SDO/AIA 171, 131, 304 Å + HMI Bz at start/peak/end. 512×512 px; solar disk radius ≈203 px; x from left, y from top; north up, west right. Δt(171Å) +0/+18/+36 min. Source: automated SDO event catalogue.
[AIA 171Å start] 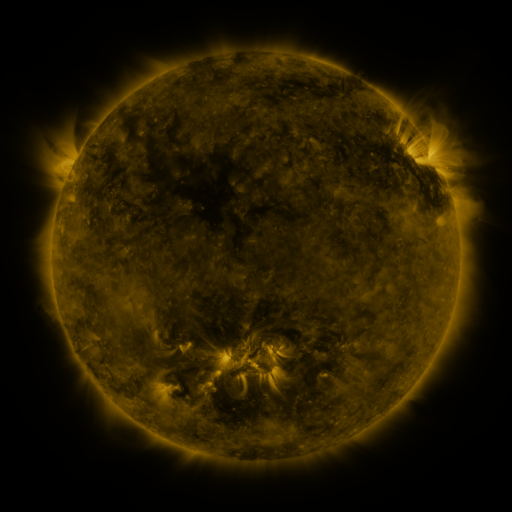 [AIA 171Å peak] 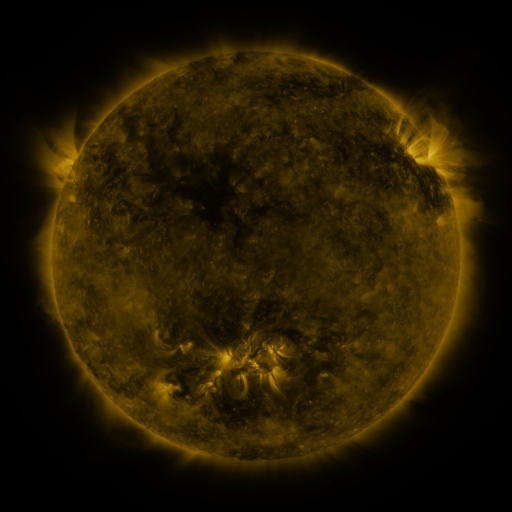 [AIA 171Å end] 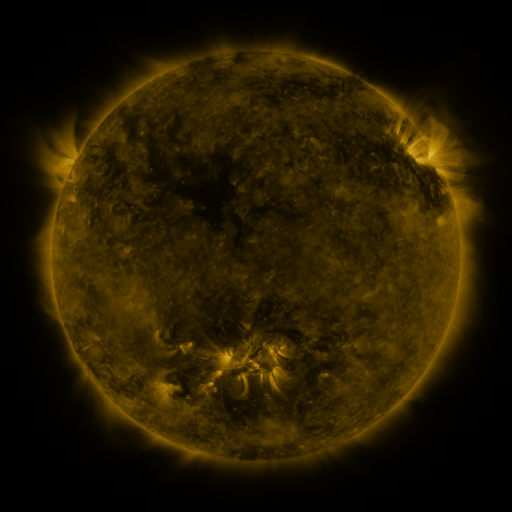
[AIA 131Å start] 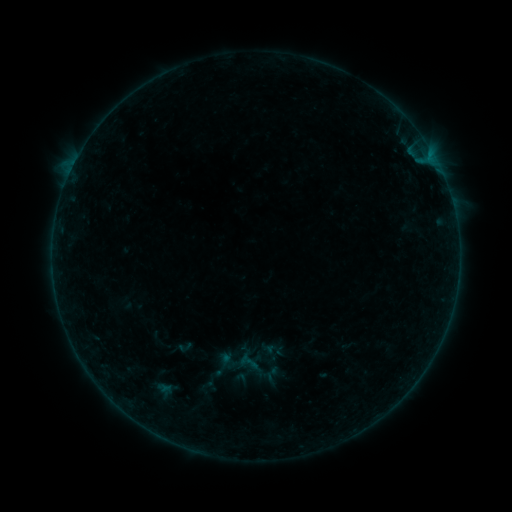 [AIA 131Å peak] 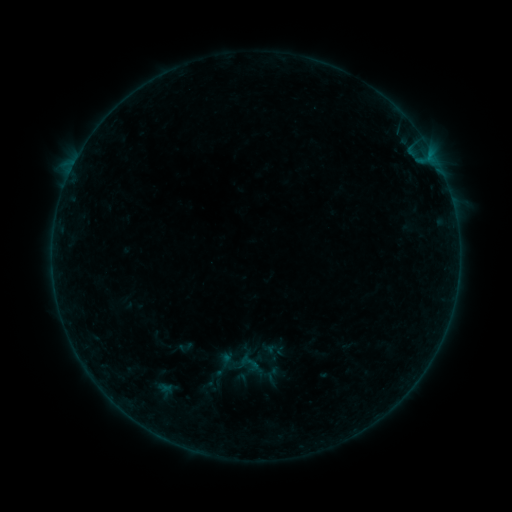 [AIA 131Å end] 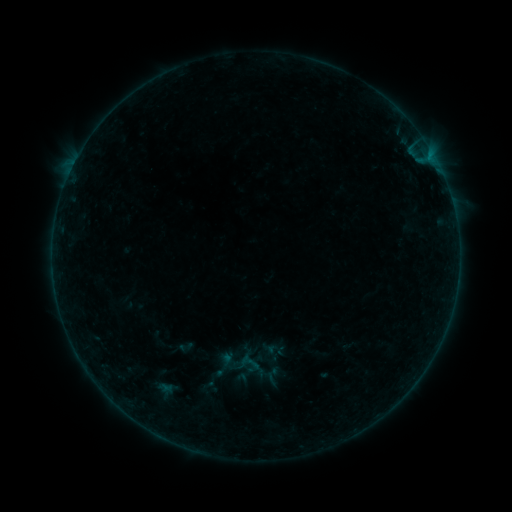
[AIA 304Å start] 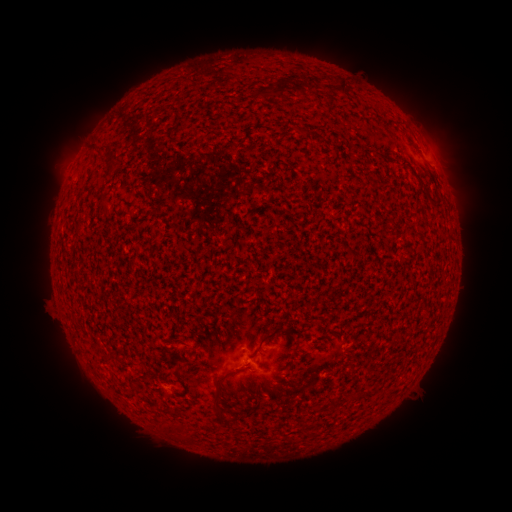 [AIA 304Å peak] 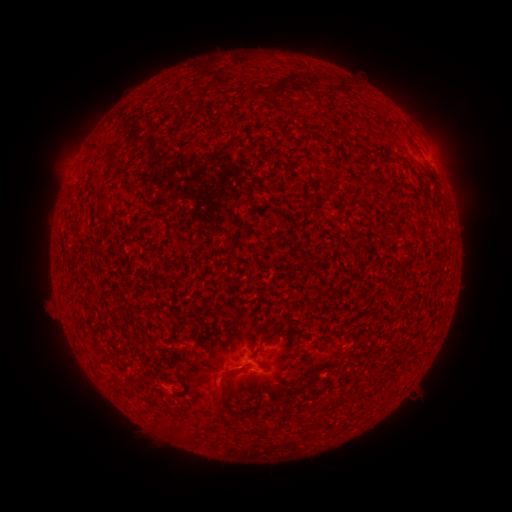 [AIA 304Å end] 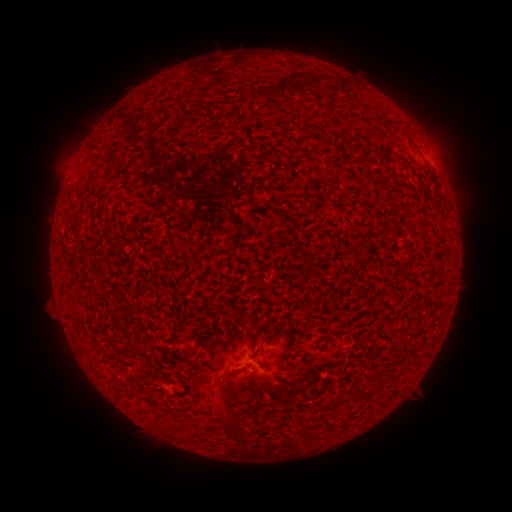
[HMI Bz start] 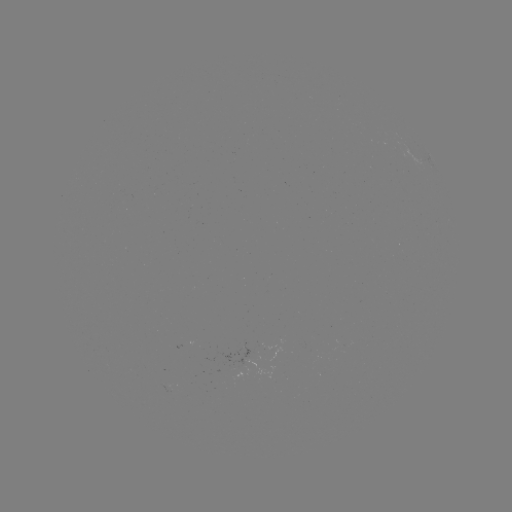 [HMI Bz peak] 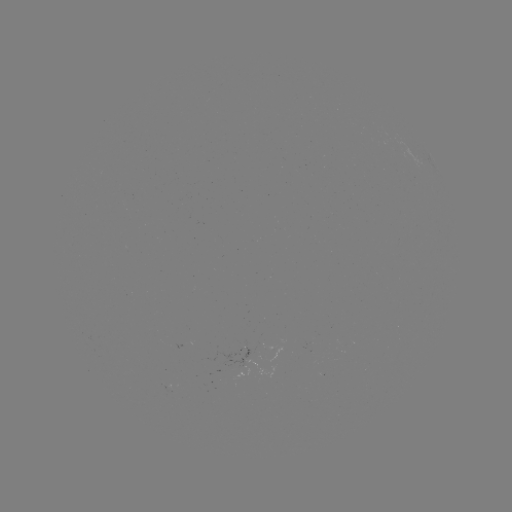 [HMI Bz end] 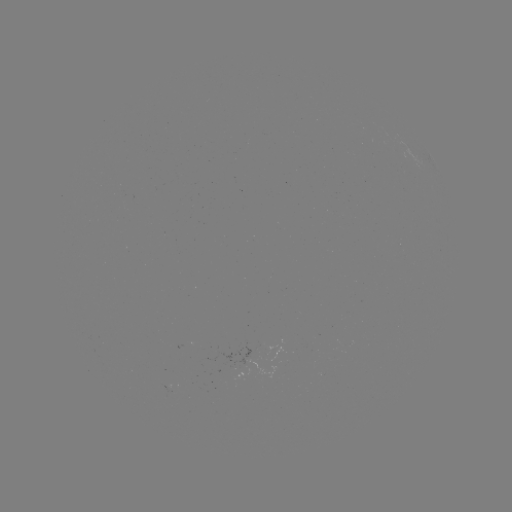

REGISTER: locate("eruption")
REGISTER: (222, 388)